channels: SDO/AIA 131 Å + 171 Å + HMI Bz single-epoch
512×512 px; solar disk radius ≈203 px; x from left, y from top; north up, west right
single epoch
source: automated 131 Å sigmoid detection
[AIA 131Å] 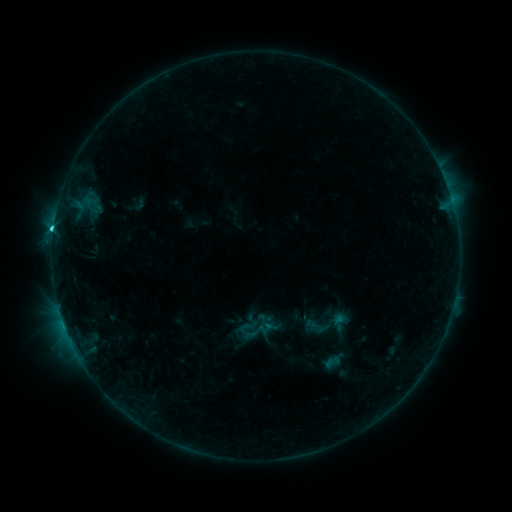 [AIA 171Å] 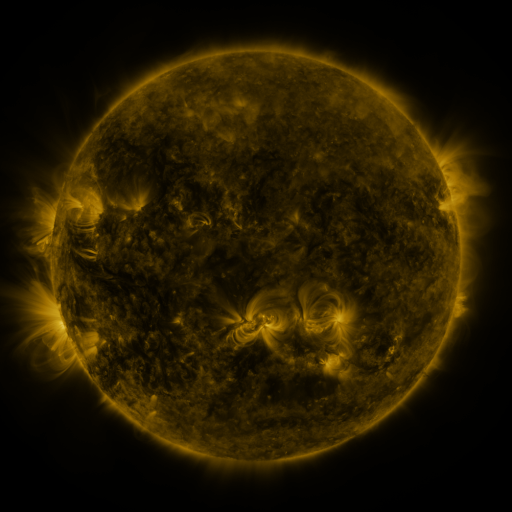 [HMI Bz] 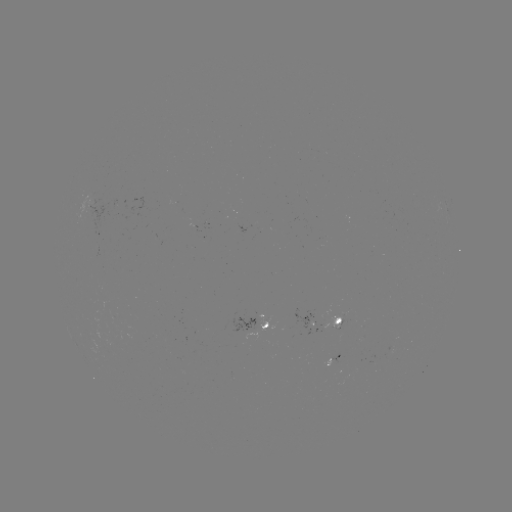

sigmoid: <bbox>247, 321, 268, 342</bbox>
